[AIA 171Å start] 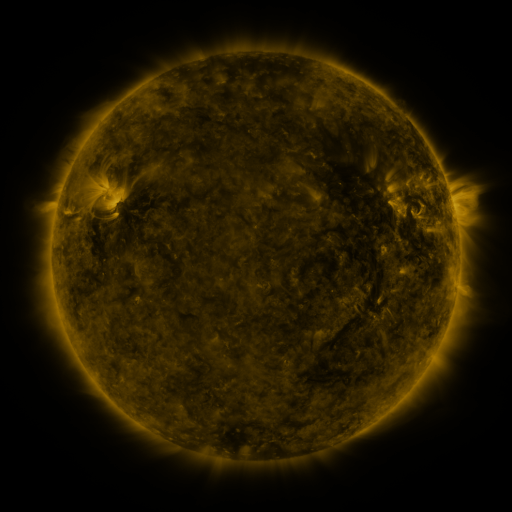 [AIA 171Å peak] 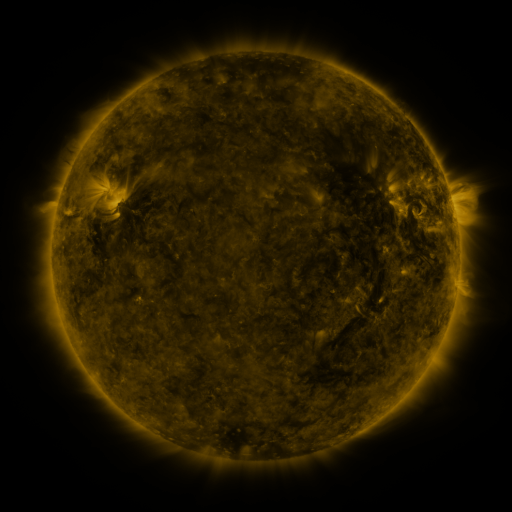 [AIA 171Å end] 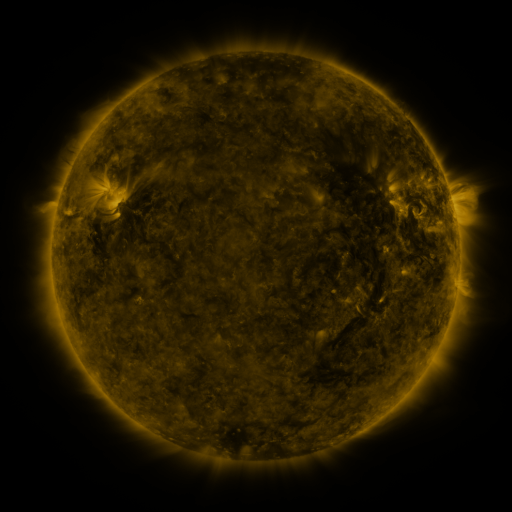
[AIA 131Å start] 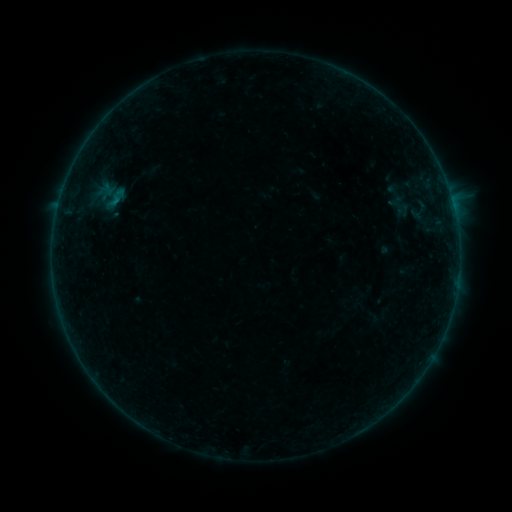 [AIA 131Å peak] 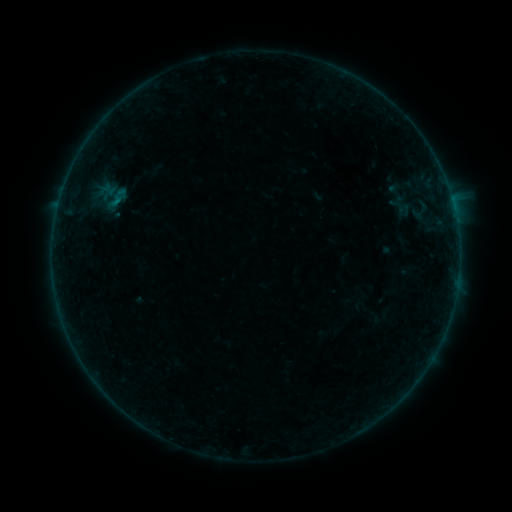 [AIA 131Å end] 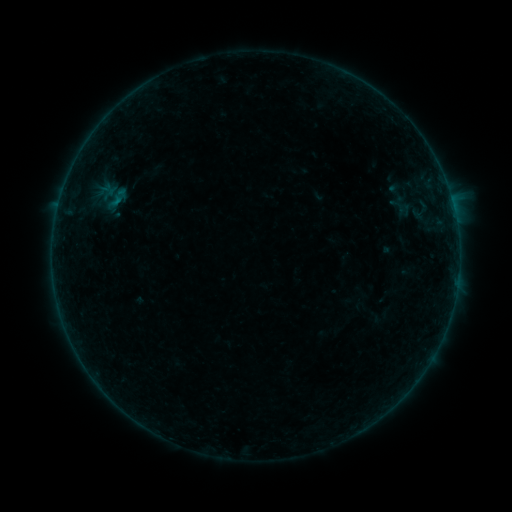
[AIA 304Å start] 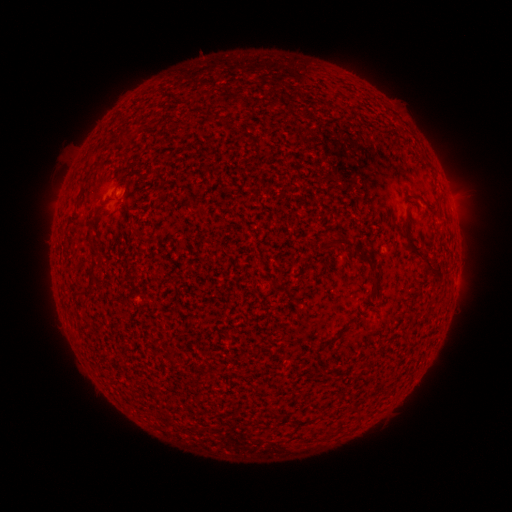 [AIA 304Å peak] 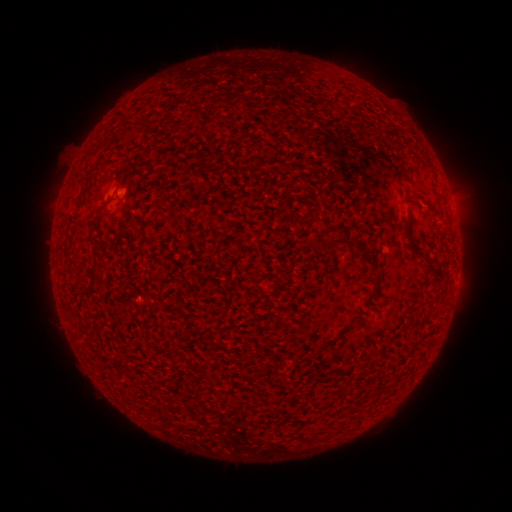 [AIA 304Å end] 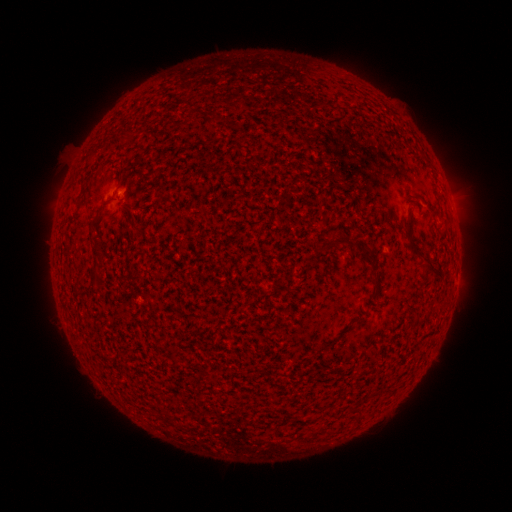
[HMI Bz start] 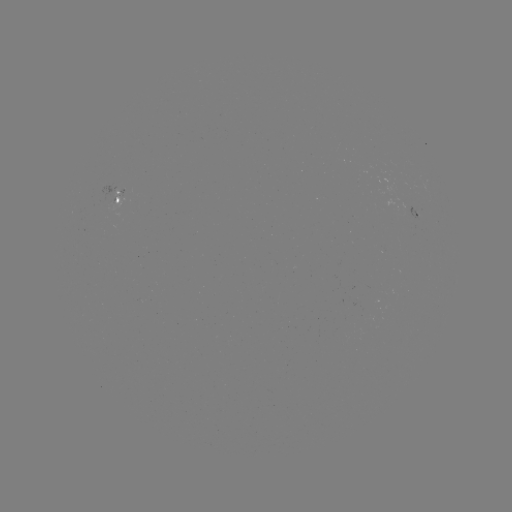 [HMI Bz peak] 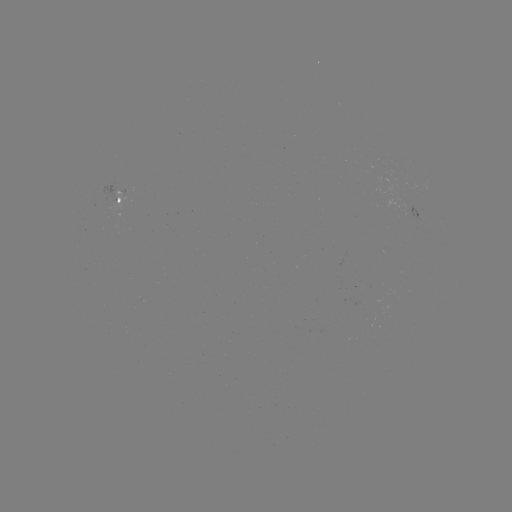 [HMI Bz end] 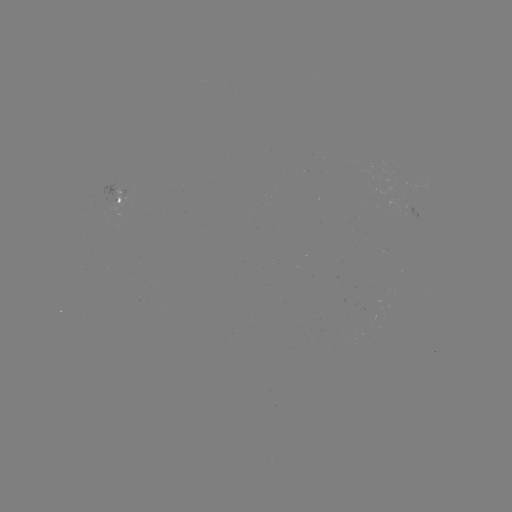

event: emerging-flux region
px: (410, 213)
